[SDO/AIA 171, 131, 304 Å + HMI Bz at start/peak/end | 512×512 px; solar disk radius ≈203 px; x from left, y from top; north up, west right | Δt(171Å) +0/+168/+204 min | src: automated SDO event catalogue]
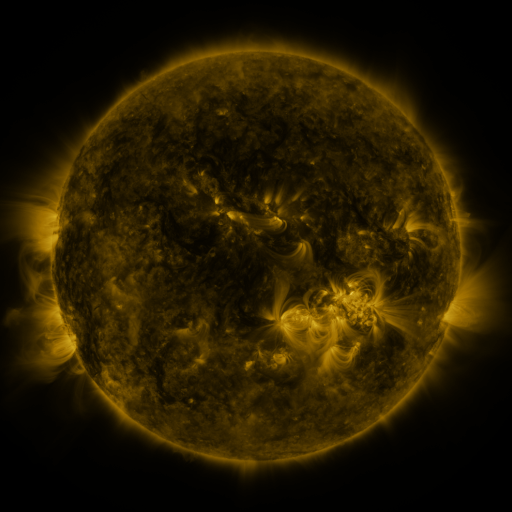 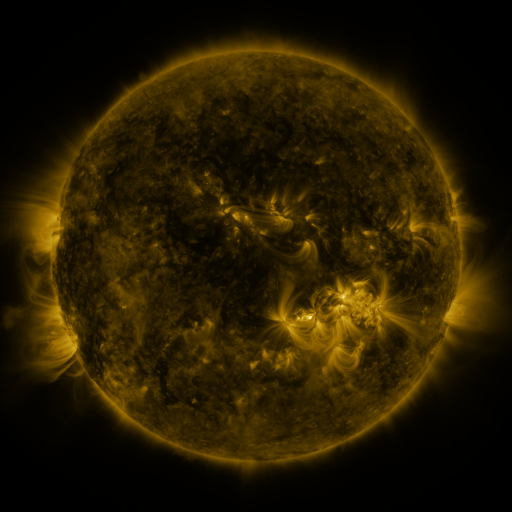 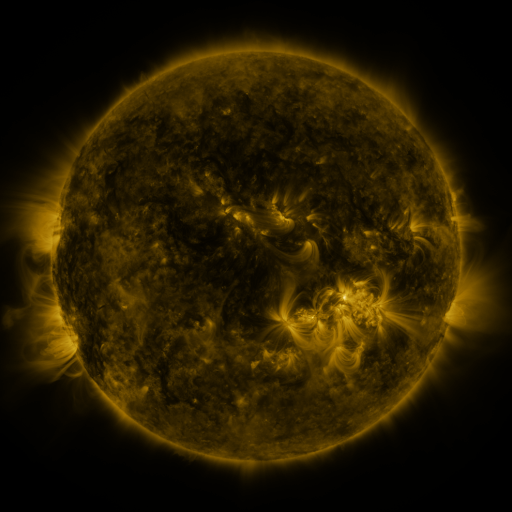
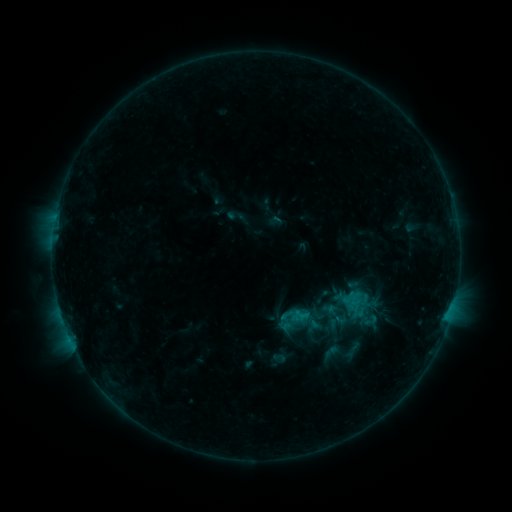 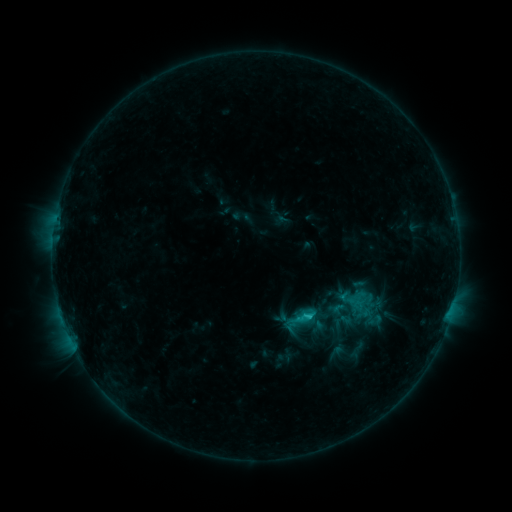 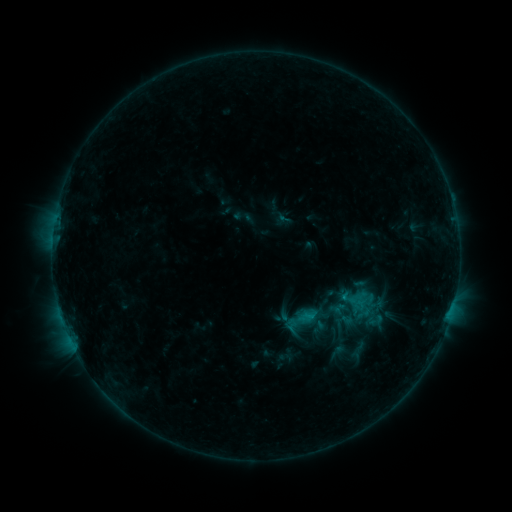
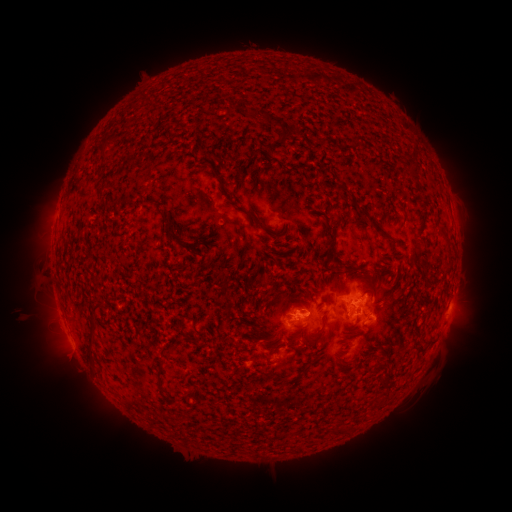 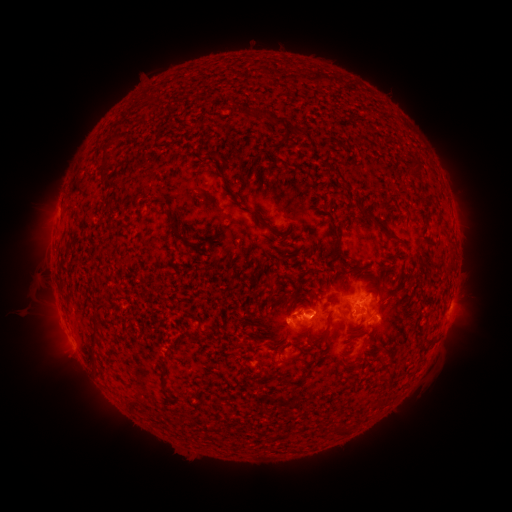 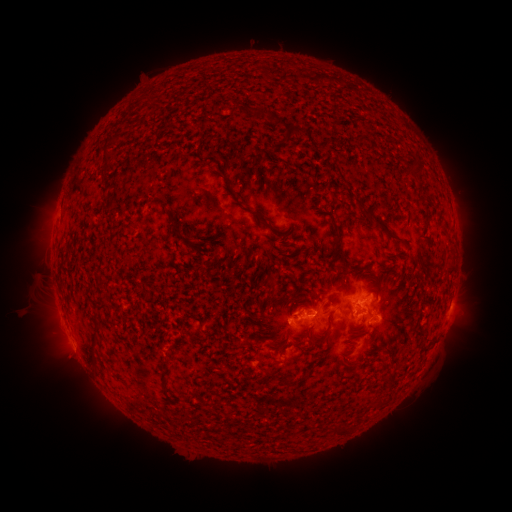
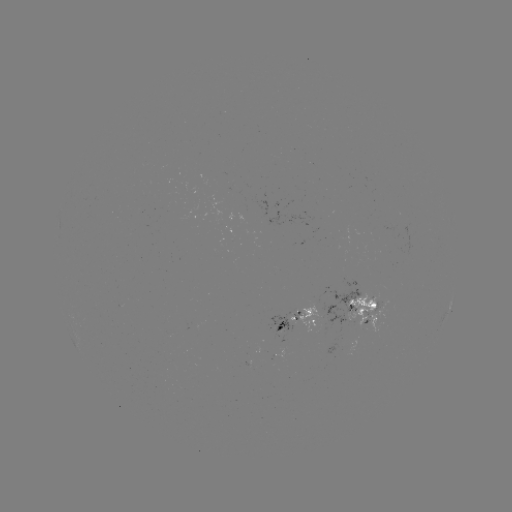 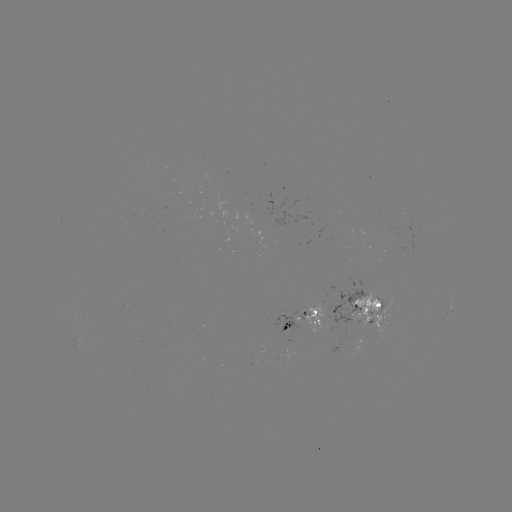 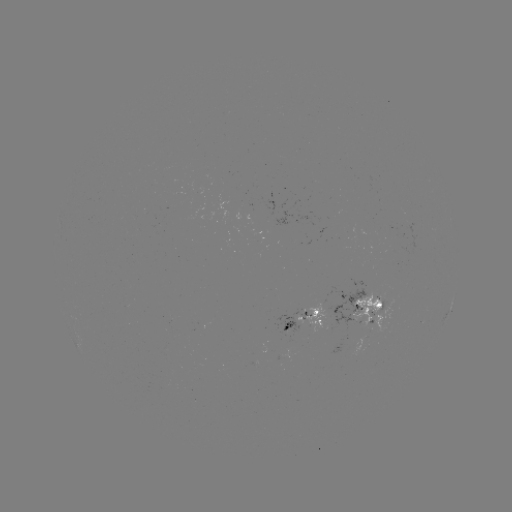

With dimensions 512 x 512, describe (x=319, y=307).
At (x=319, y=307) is emerging-flux region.